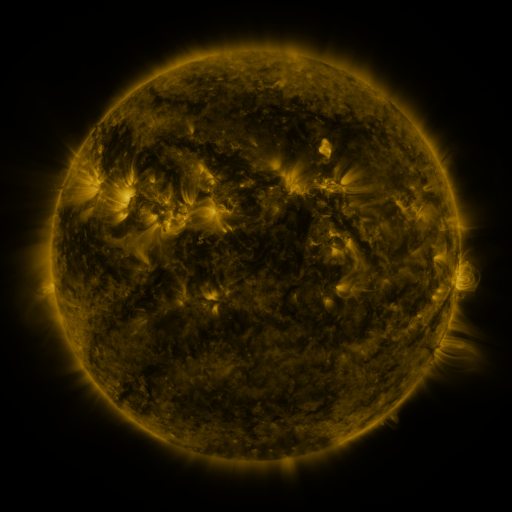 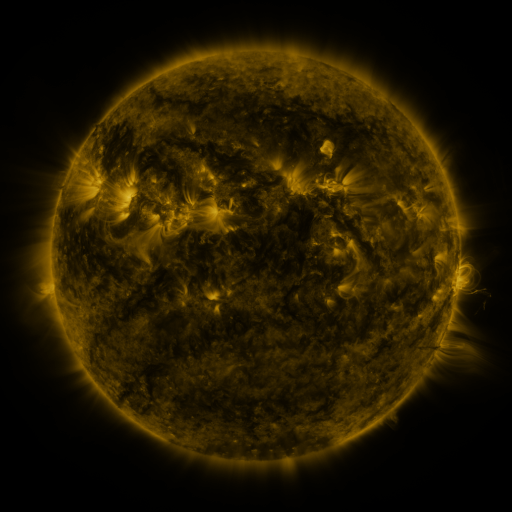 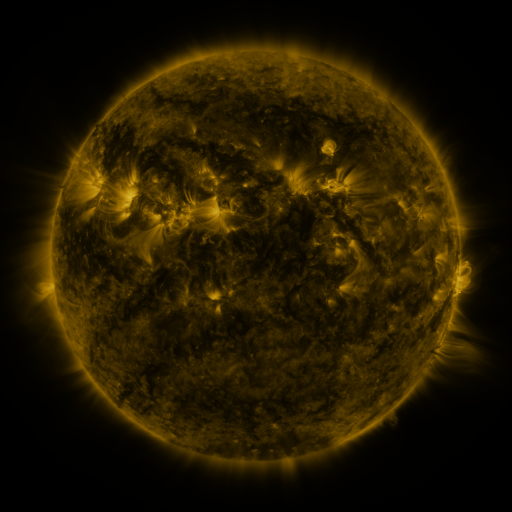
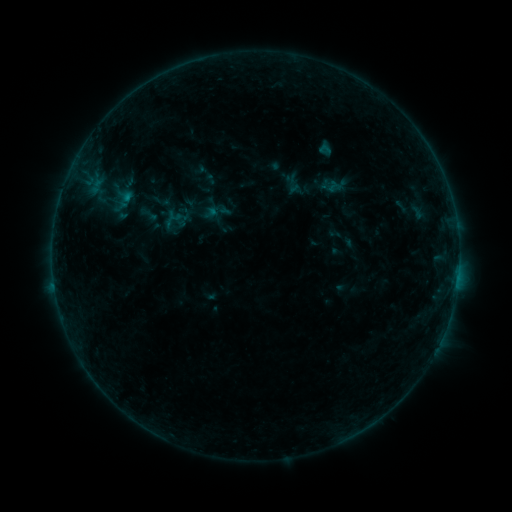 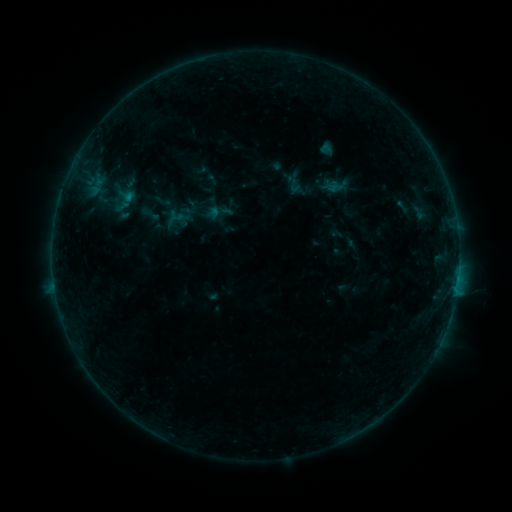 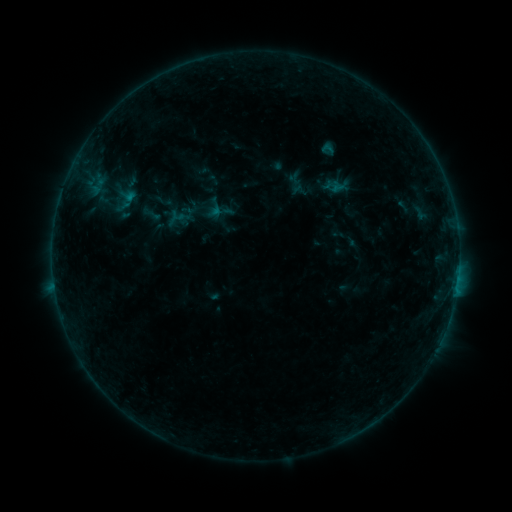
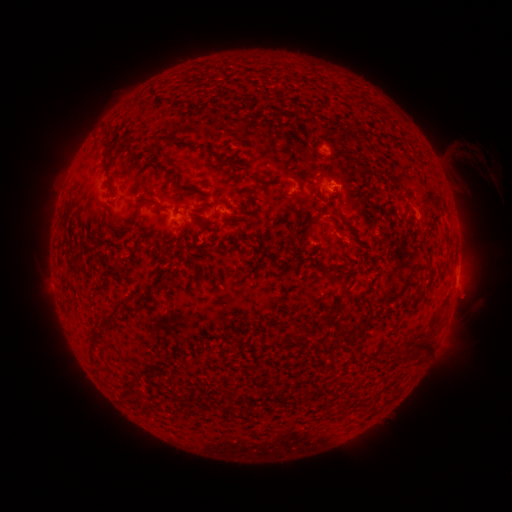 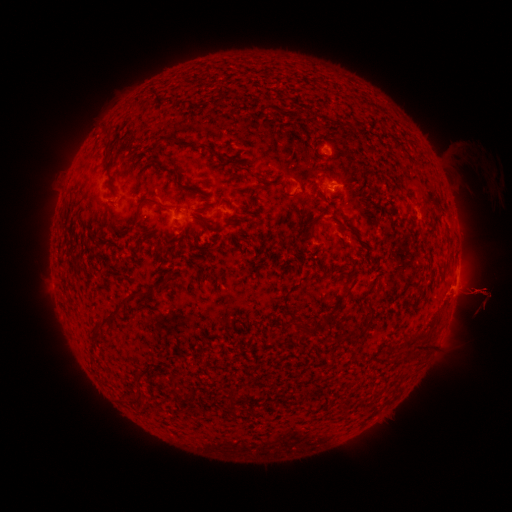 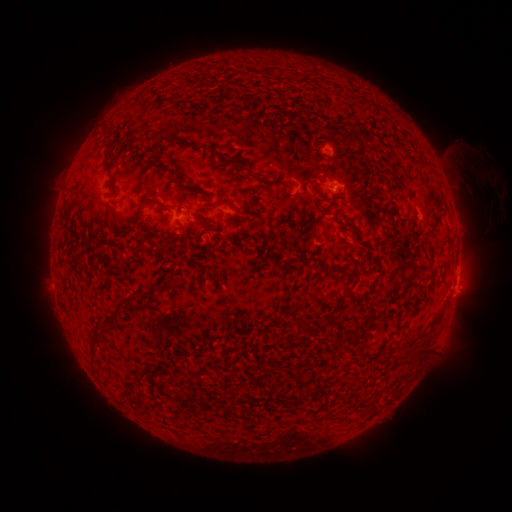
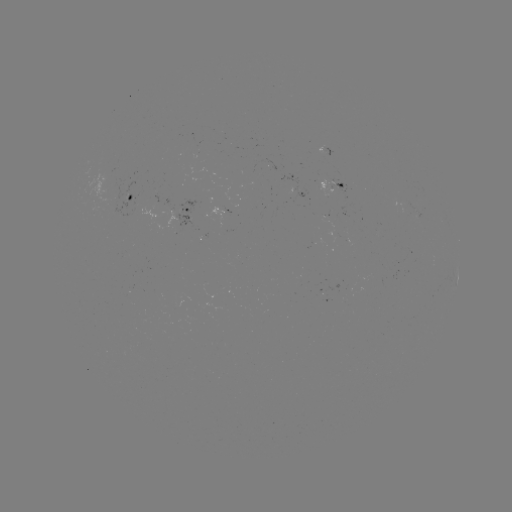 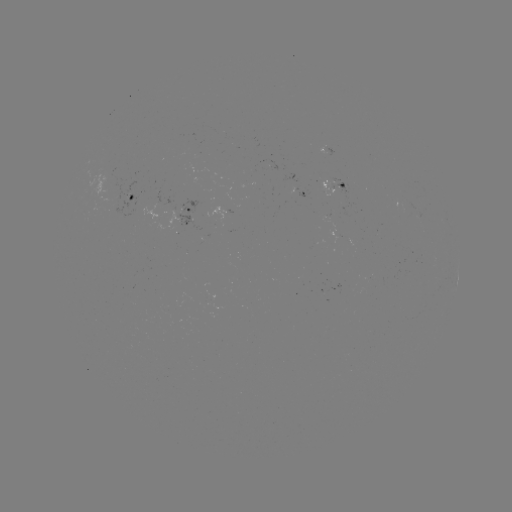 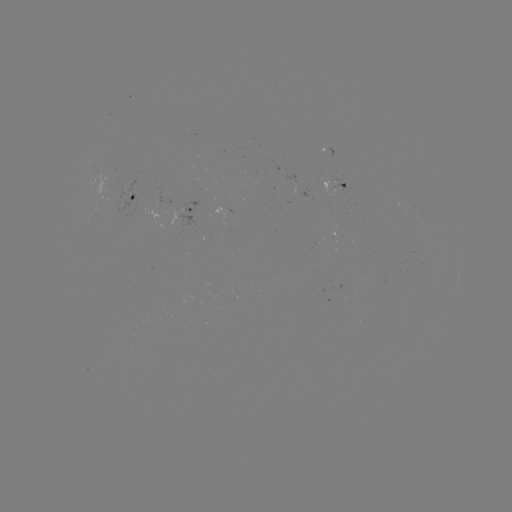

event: flare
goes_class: B4.1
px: (455, 290)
